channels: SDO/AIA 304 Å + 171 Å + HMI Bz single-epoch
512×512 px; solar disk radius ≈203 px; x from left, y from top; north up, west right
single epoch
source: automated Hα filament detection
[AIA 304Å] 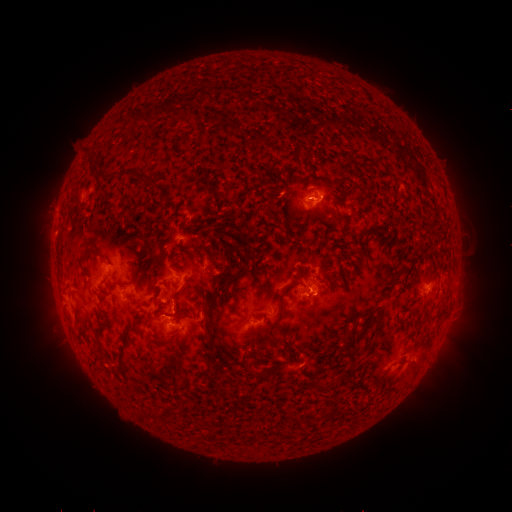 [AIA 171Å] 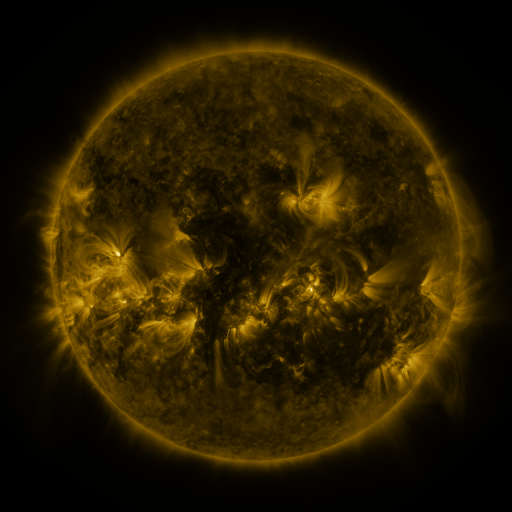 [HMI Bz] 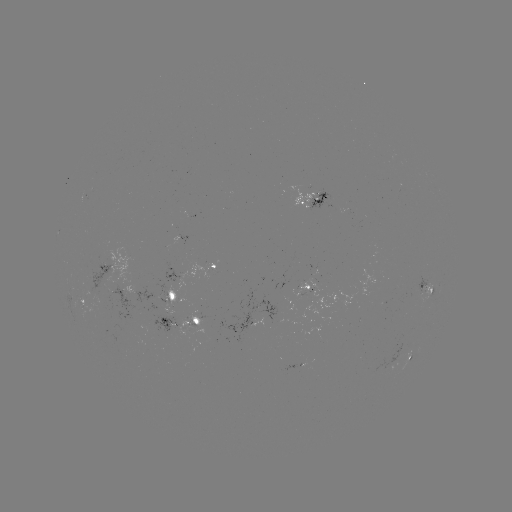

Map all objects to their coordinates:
filament: [155, 99, 165, 110]
filament: [195, 99, 214, 111]
filament: [272, 109, 284, 117]
filament: [244, 120, 260, 135]
filament: [103, 132, 115, 143]
filament: [272, 136, 284, 146]
filament: [108, 147, 118, 158]
filament: [143, 154, 168, 173]
filament: [369, 179, 380, 186]
filament: [276, 195, 291, 201]
filament: [293, 222, 304, 231]
filament: [82, 223, 109, 238]
filament: [129, 227, 153, 269]
filament: [192, 234, 205, 255]
filament: [367, 243, 375, 255]
filament: [242, 247, 254, 262]
filament: [136, 248, 153, 262]
filament: [104, 262, 113, 272]
filament: [191, 264, 246, 305]
filament: [298, 276, 304, 288]
filament: [315, 278, 325, 287]
filament: [324, 286, 336, 300]
filament: [83, 299, 95, 317]
filament: [173, 299, 183, 308]
filament: [195, 299, 204, 320]
filament: [245, 302, 278, 334]
filament: [104, 306, 127, 339]
filament: [143, 315, 154, 332]
filament: [272, 327, 283, 340]
filament: [341, 330, 370, 354]
filament: [191, 331, 204, 355]
filament: [233, 333, 246, 344]
filament: [409, 338, 421, 347]
filament: [305, 351, 313, 364]
filament: [230, 362, 241, 376]
filament: [294, 388, 306, 400]
